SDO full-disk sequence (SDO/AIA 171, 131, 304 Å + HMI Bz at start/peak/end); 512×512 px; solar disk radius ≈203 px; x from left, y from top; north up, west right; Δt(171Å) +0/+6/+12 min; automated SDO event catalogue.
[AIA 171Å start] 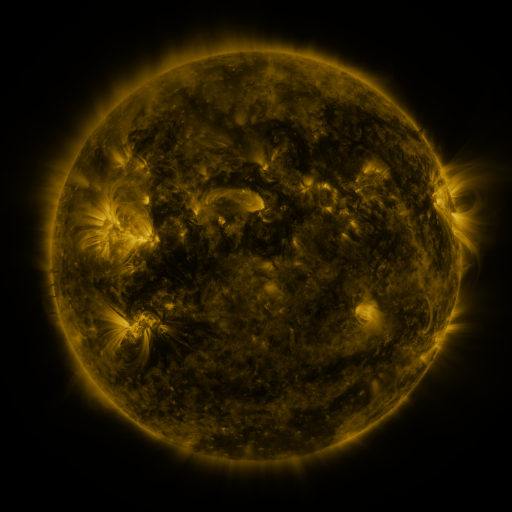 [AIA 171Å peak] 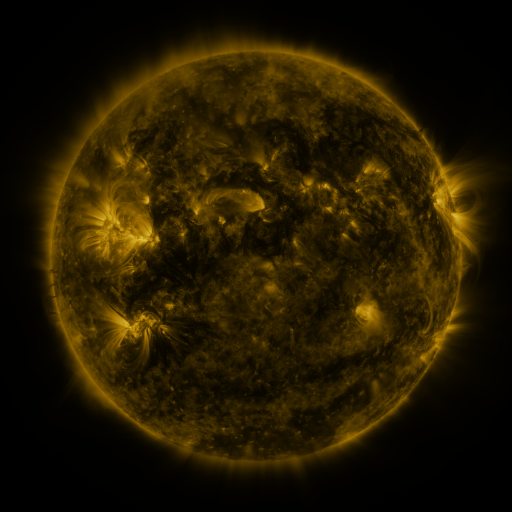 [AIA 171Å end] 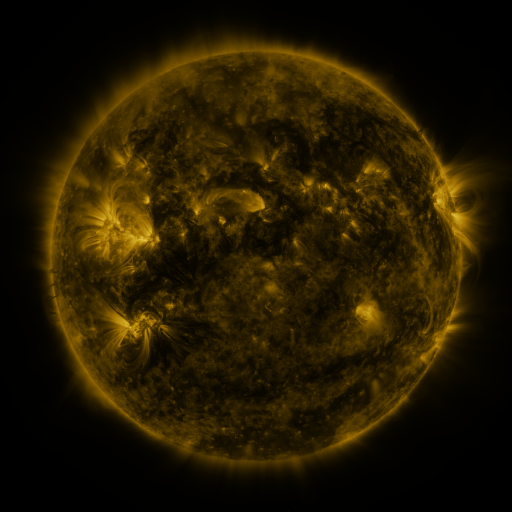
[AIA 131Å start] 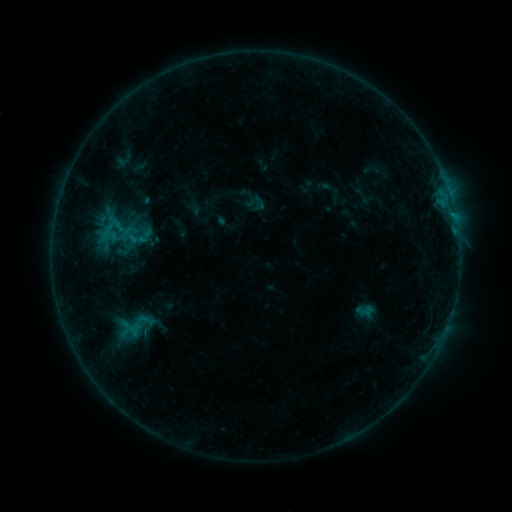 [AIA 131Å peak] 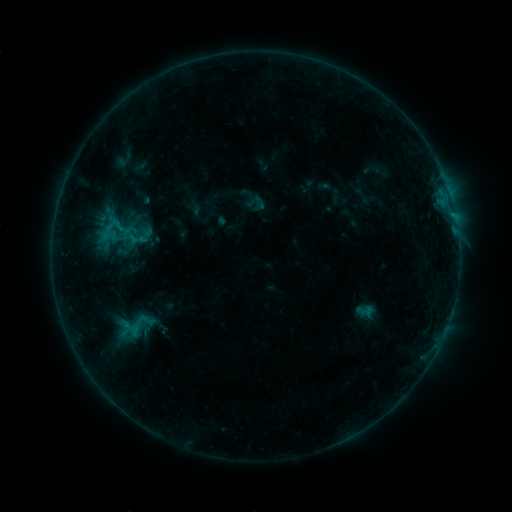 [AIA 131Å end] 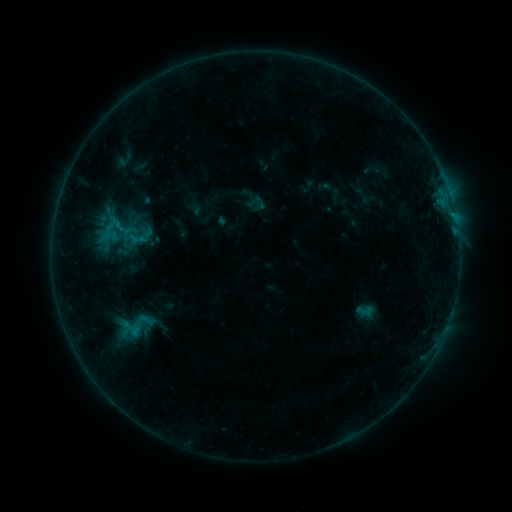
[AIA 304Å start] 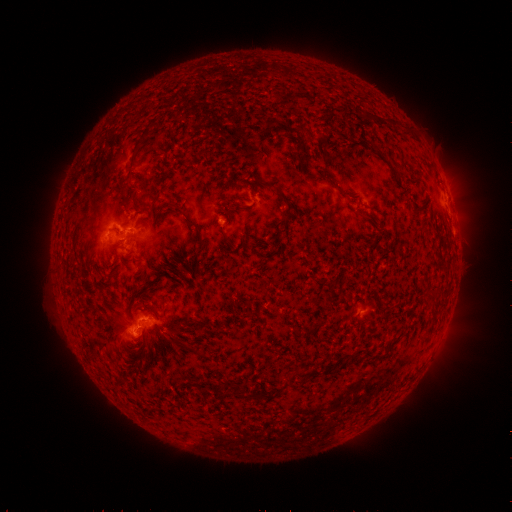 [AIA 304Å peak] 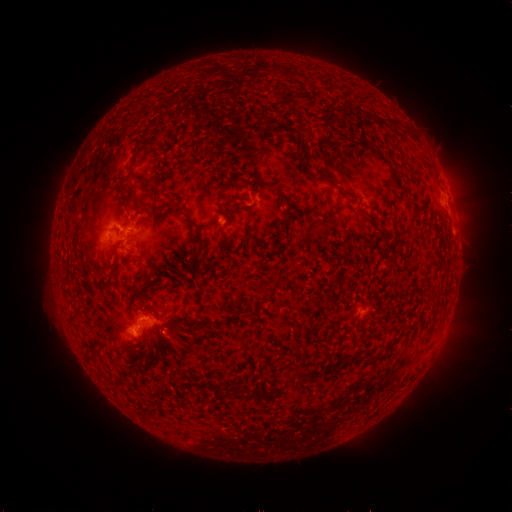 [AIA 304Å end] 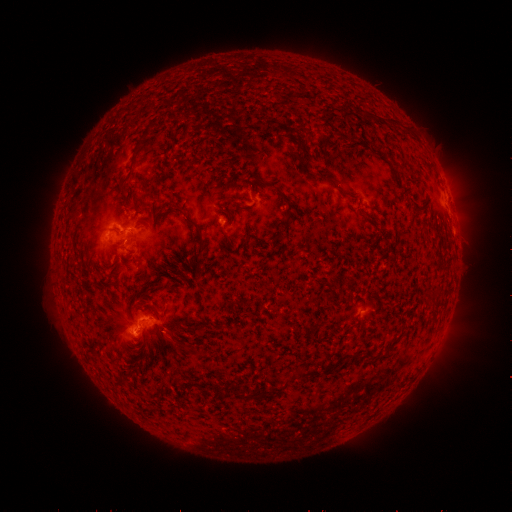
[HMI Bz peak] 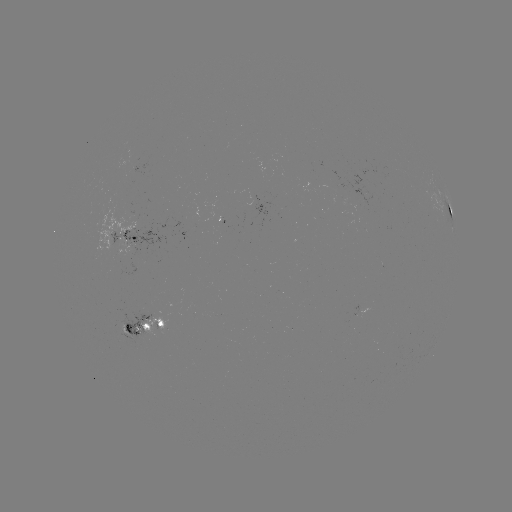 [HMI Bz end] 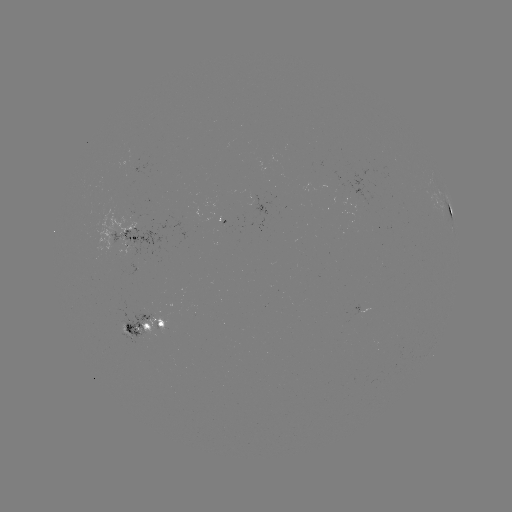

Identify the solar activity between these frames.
no flare in any classed list; no EUV-trigger detection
